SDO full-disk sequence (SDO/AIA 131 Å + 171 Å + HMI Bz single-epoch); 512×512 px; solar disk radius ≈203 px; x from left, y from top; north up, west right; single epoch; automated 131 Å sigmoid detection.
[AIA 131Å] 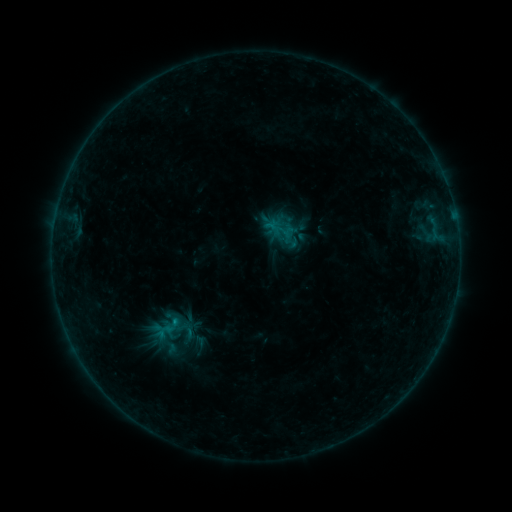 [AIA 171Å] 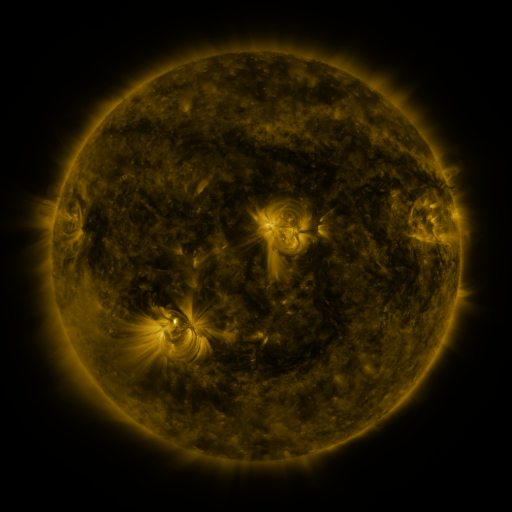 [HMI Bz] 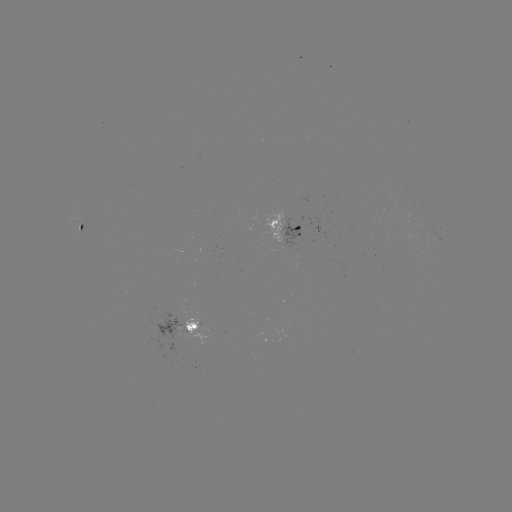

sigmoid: [269, 219, 290, 238]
